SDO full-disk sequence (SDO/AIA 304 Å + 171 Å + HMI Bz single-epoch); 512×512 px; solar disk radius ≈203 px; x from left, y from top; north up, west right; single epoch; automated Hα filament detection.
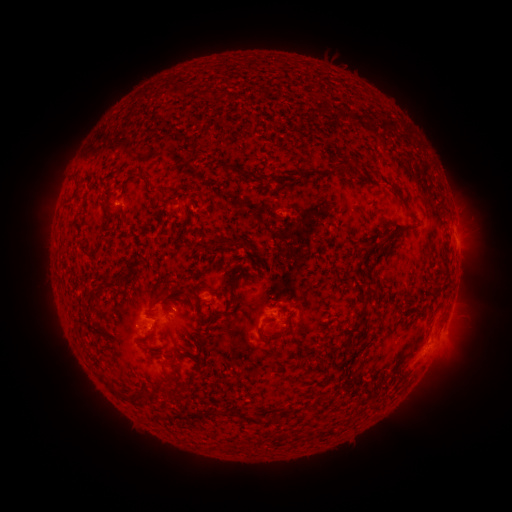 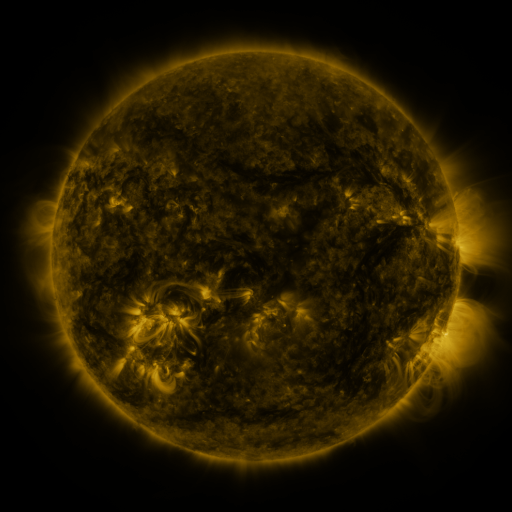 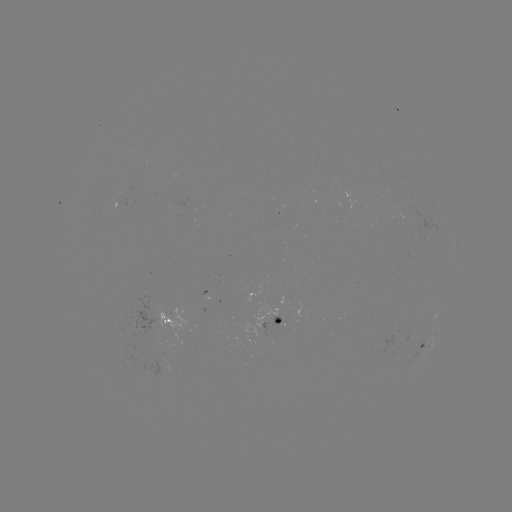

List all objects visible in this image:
filament: [174, 84, 185, 98]
filament: [340, 155, 349, 166]
filament: [223, 165, 233, 172]
filament: [381, 178, 401, 197]
filament: [146, 183, 158, 194]
filament: [161, 201, 175, 210]
filament: [406, 209, 416, 217]
filament: [119, 211, 126, 224]
filament: [372, 222, 417, 255]
filament: [127, 271, 134, 281]
filament: [213, 271, 256, 319]
filament: [115, 277, 127, 287]
filament: [94, 292, 102, 303]
filament: [190, 299, 202, 316]
filament: [352, 306, 366, 320]
filament: [277, 307, 287, 317]
filament: [259, 325, 274, 345]
filament: [149, 328, 158, 337]
filament: [163, 369, 183, 383]
filament: [98, 372, 126, 399]
filament: [143, 392, 155, 401]
filament: [208, 408, 219, 416]
filament: [241, 409, 261, 423]
